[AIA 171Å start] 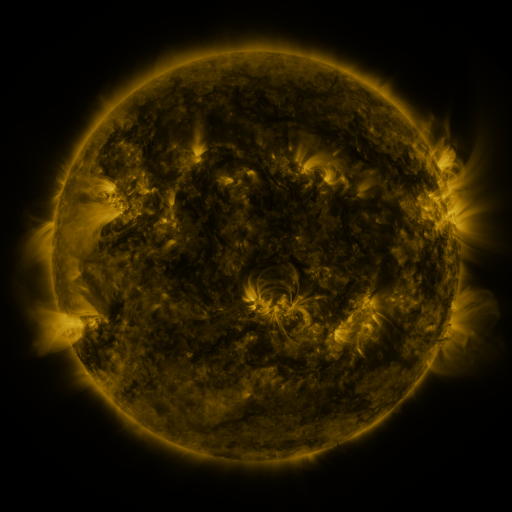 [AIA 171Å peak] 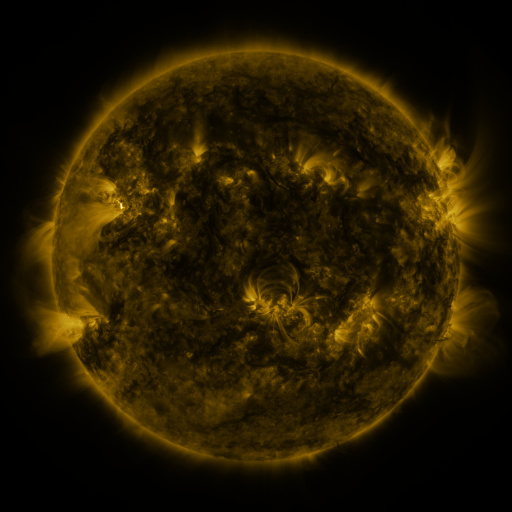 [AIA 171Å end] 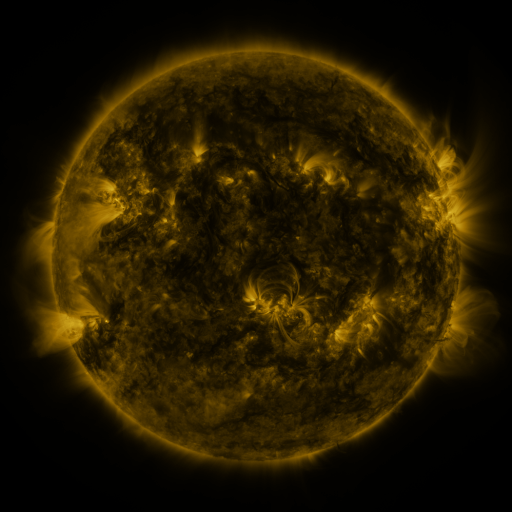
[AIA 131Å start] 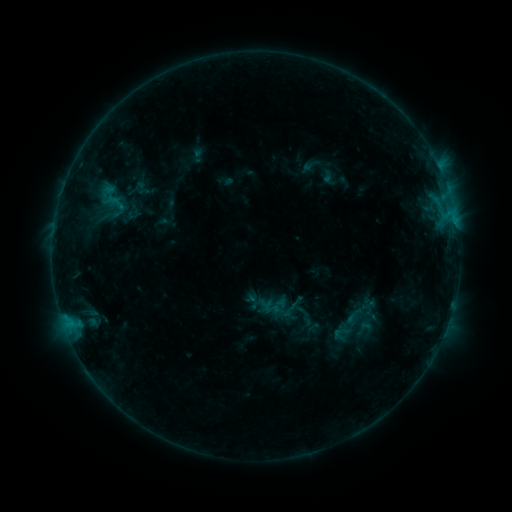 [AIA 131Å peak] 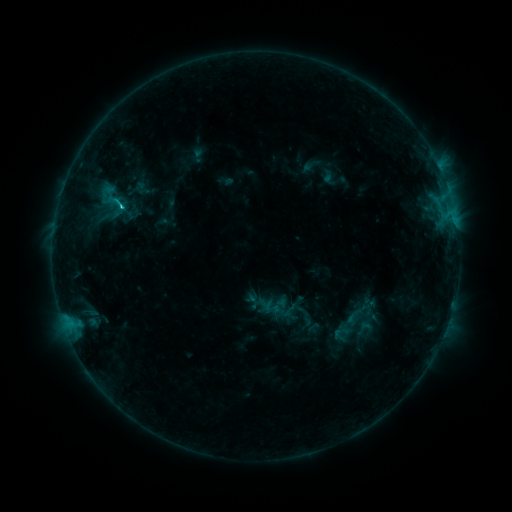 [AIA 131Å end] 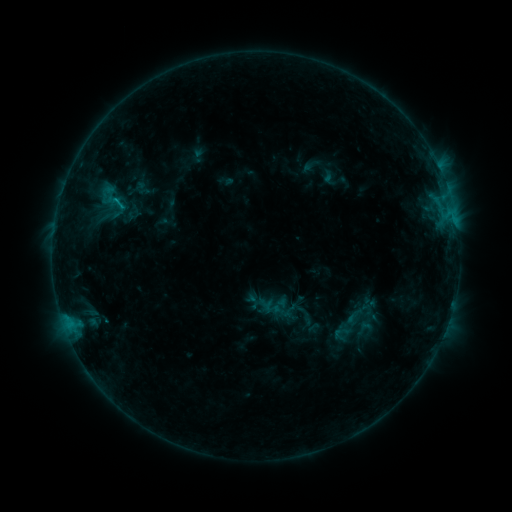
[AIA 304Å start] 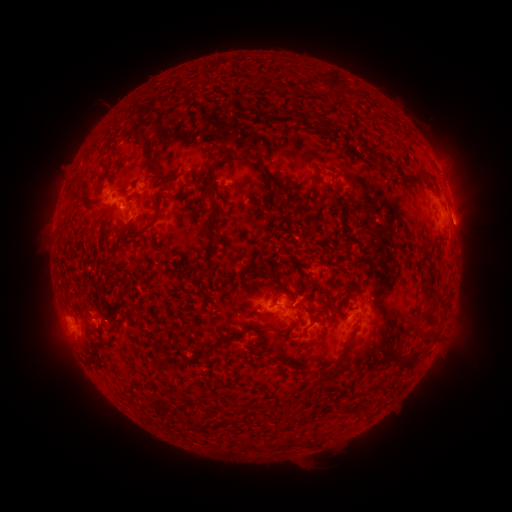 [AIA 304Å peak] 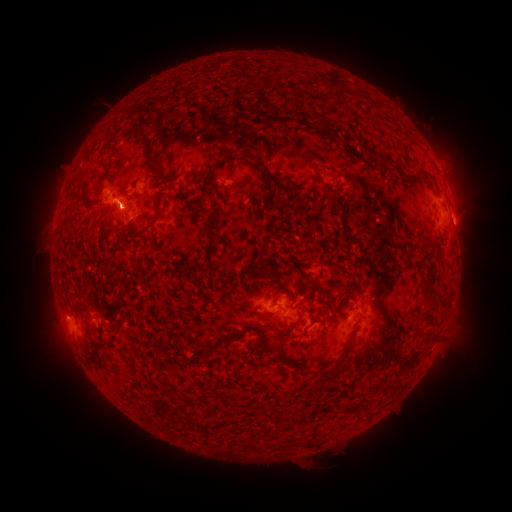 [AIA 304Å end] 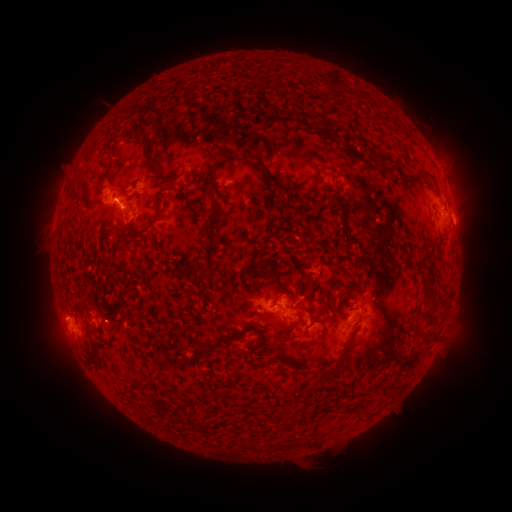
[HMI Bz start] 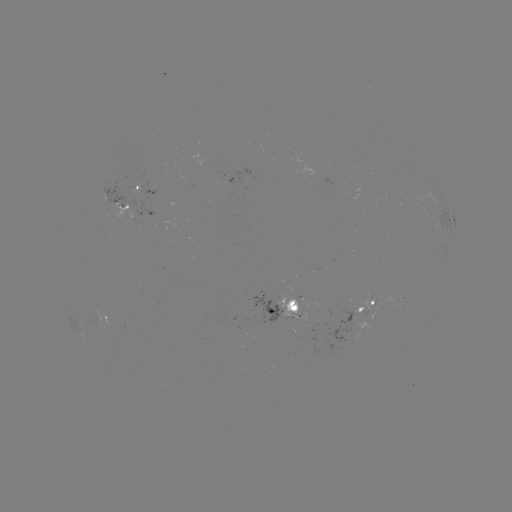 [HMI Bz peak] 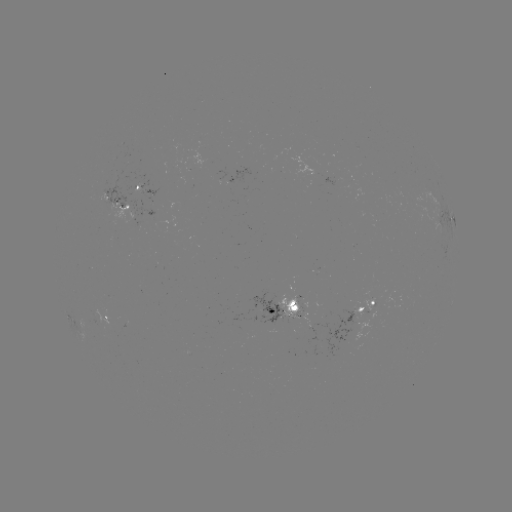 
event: flare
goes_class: C1.0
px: (122, 207)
